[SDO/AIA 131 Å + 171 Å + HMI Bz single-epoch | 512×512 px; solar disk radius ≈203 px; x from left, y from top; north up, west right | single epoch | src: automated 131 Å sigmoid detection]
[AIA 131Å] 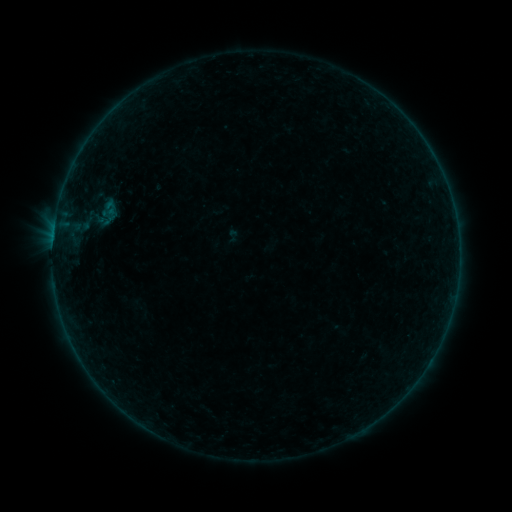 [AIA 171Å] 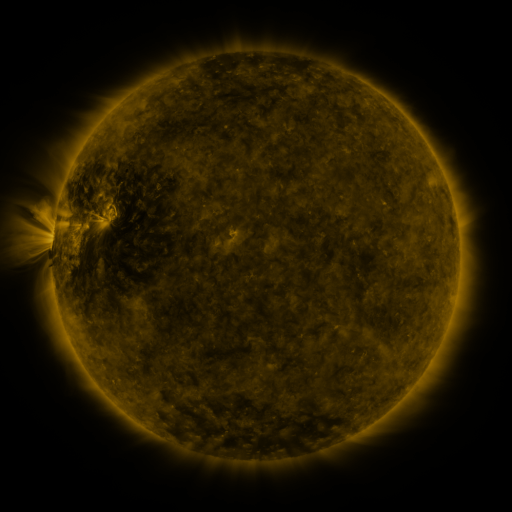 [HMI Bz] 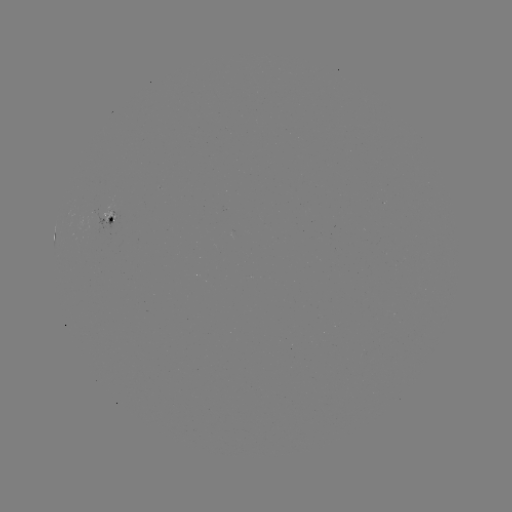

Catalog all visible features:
sigmoid: (99, 198, 120, 218)
